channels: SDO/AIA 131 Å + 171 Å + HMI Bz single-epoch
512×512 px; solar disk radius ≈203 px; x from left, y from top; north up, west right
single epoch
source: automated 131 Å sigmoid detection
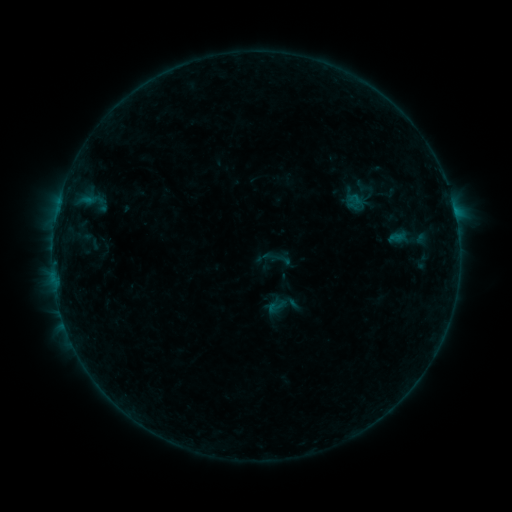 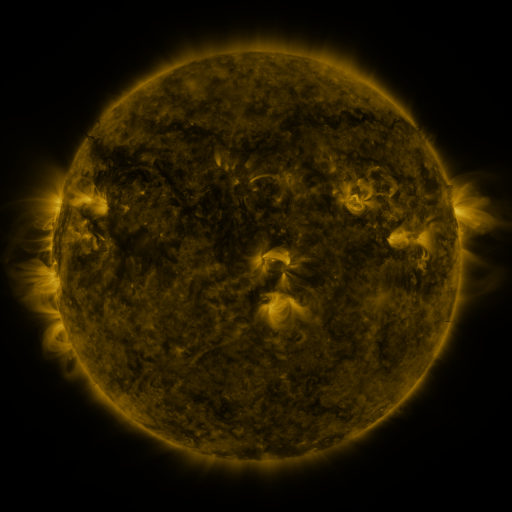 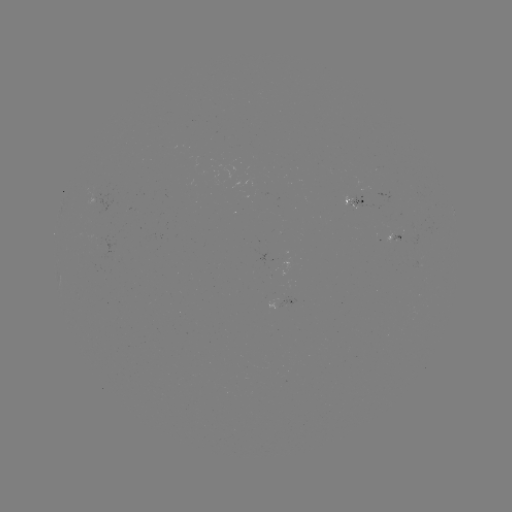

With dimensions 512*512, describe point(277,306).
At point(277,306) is sigmoid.